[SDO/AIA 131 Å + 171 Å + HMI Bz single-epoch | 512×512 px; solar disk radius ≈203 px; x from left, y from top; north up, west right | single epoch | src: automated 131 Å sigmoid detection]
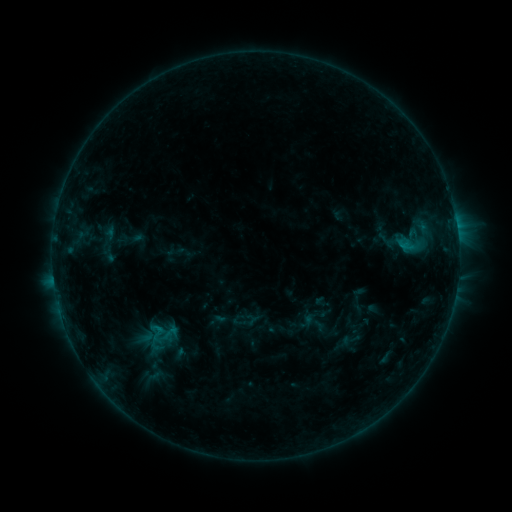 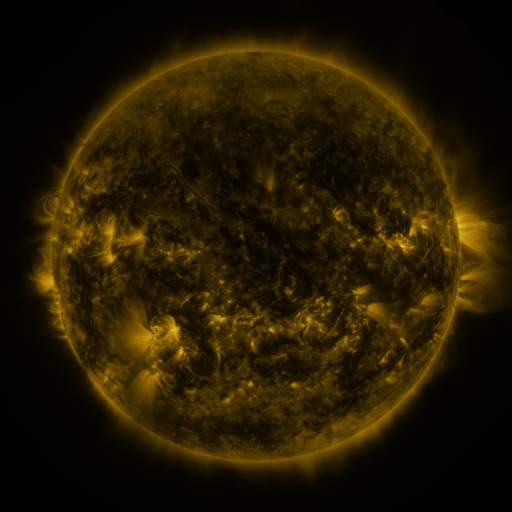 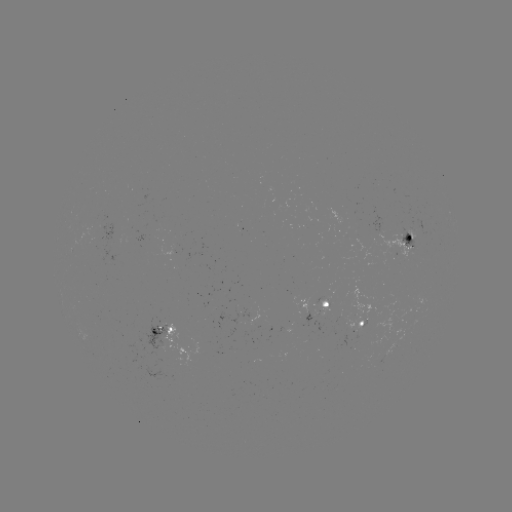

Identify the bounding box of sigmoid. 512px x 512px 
[142, 318, 176, 349].